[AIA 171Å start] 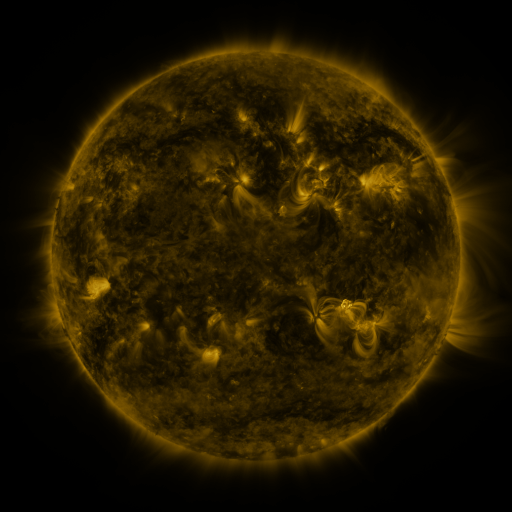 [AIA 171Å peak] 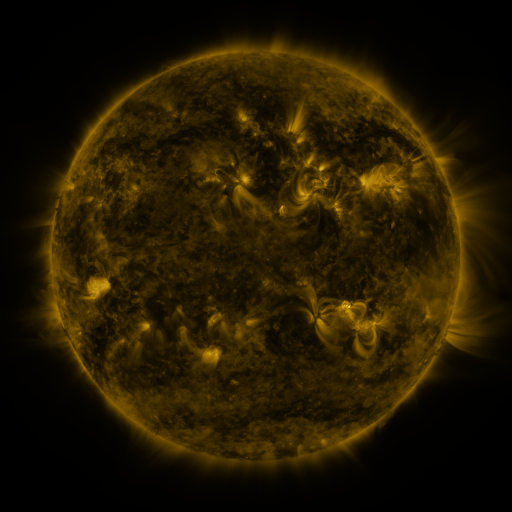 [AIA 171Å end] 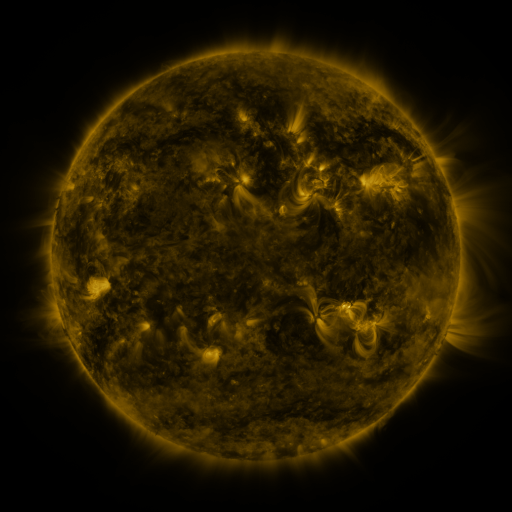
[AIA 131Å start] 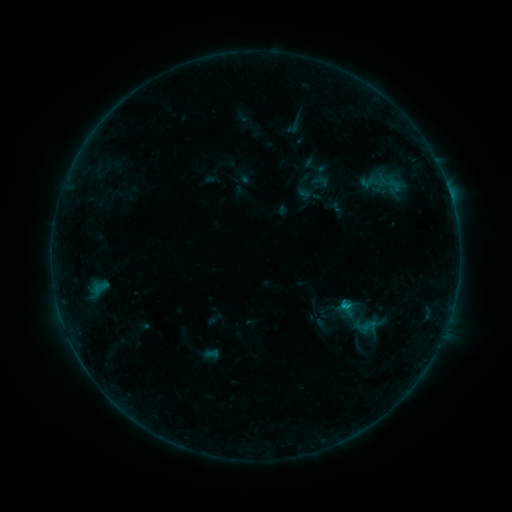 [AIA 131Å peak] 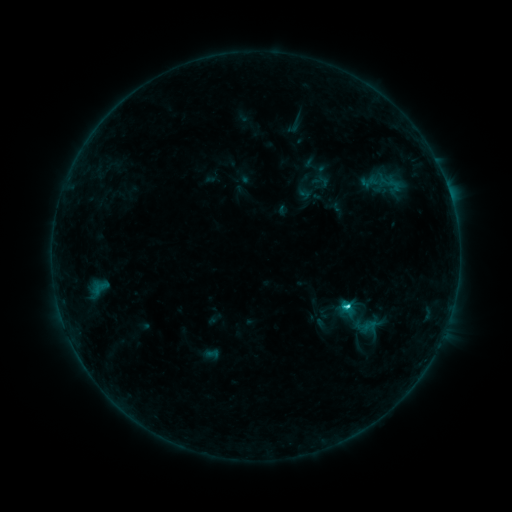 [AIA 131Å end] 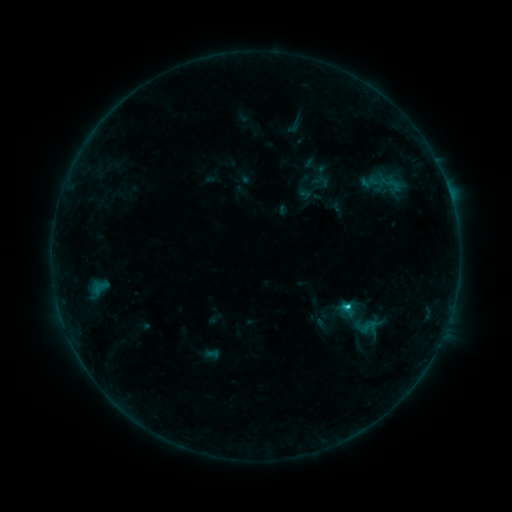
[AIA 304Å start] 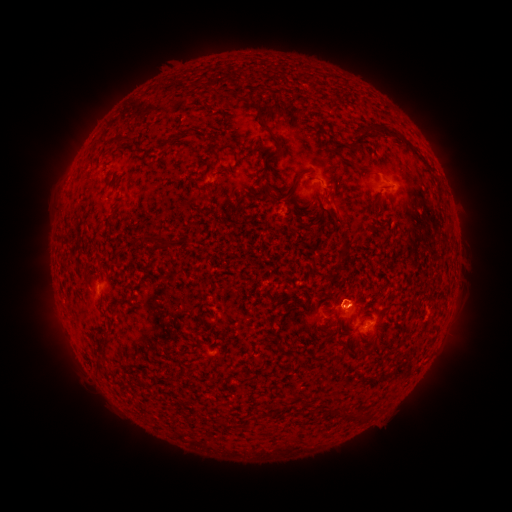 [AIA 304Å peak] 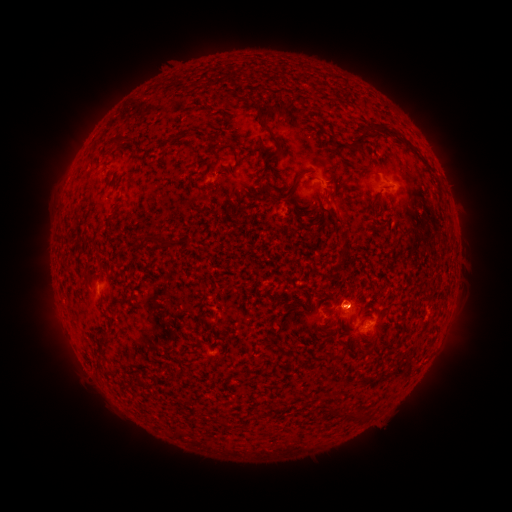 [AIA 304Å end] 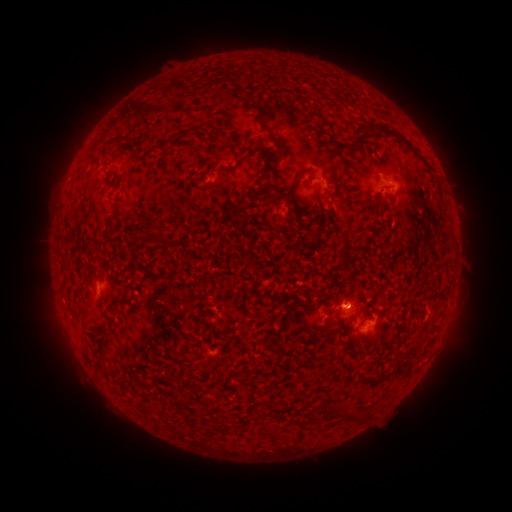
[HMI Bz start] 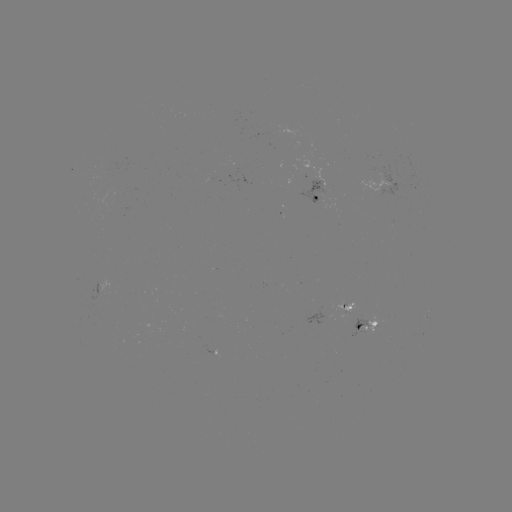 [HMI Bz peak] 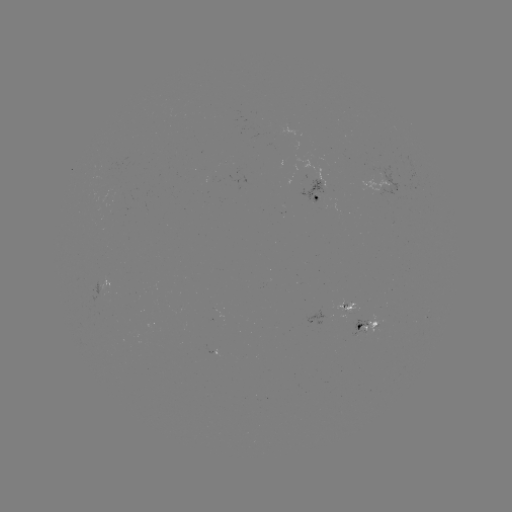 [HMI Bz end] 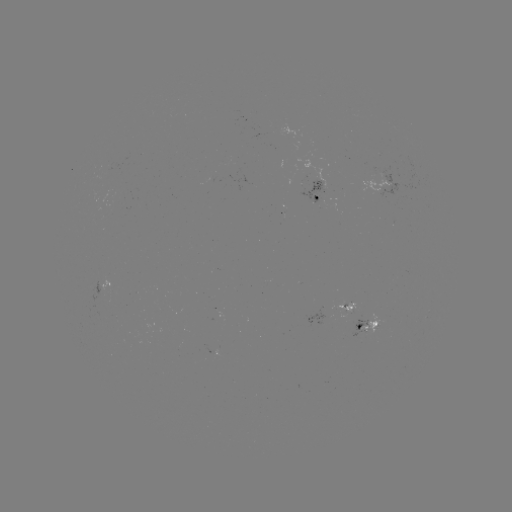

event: flare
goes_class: C1.9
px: (345, 304)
